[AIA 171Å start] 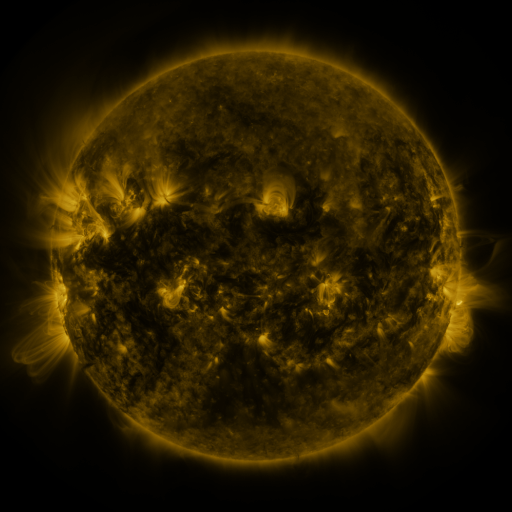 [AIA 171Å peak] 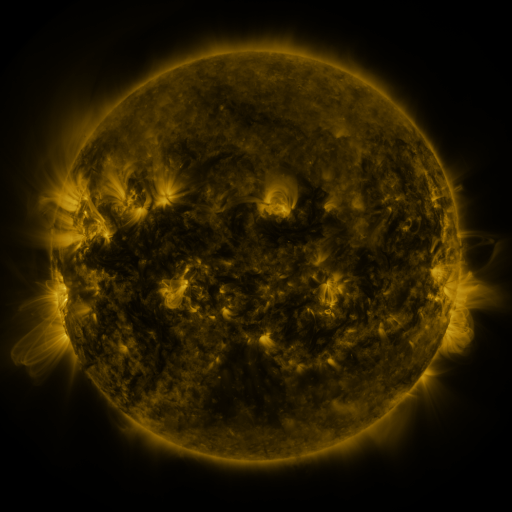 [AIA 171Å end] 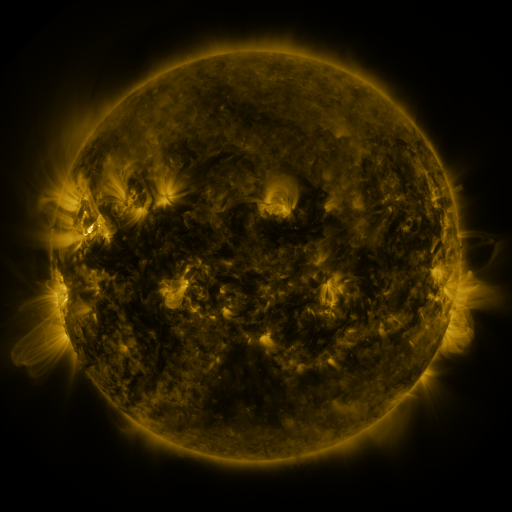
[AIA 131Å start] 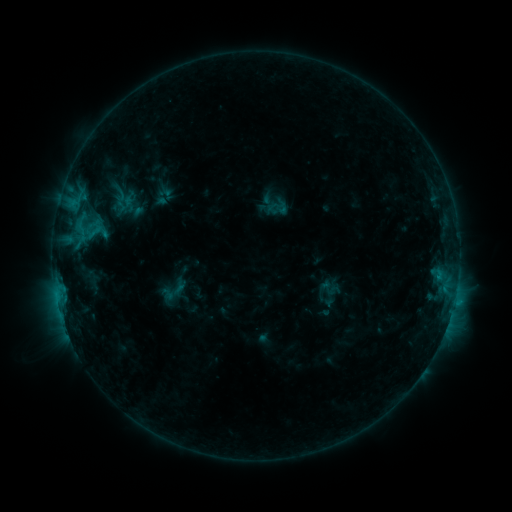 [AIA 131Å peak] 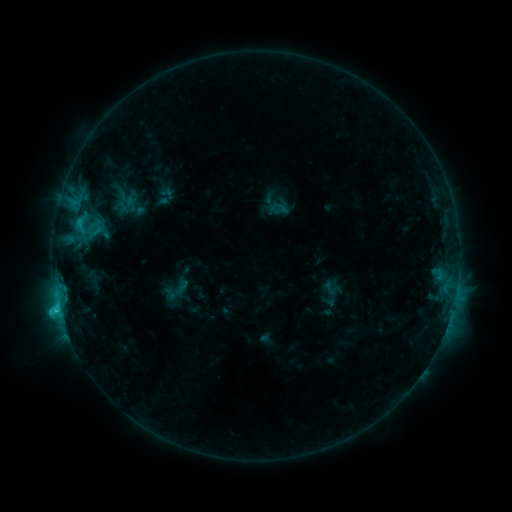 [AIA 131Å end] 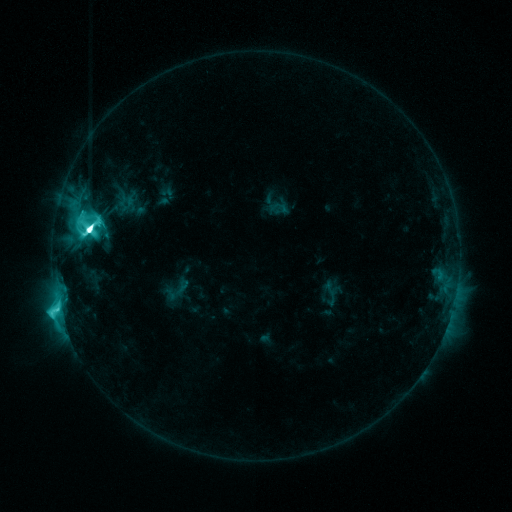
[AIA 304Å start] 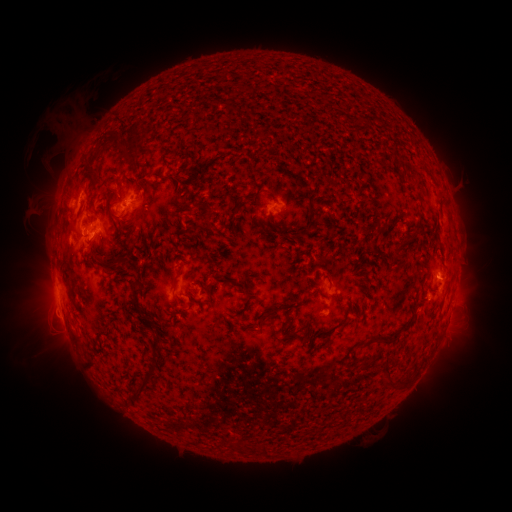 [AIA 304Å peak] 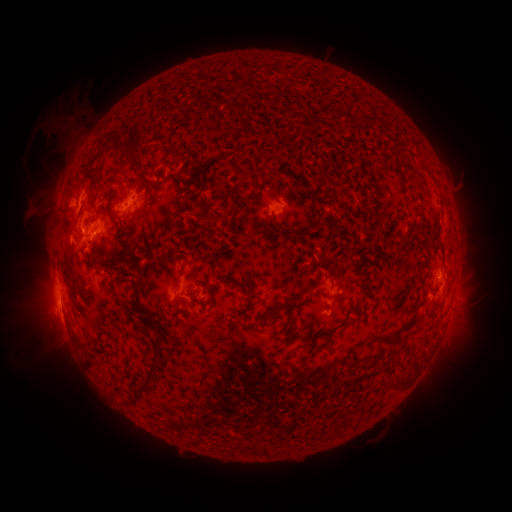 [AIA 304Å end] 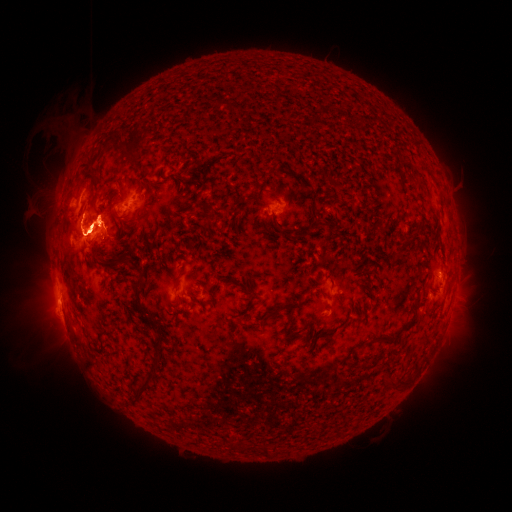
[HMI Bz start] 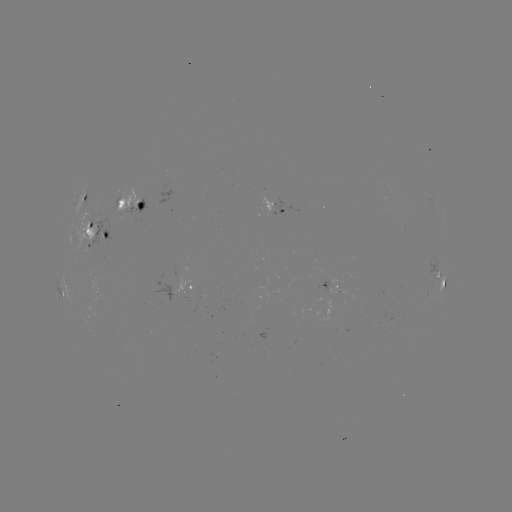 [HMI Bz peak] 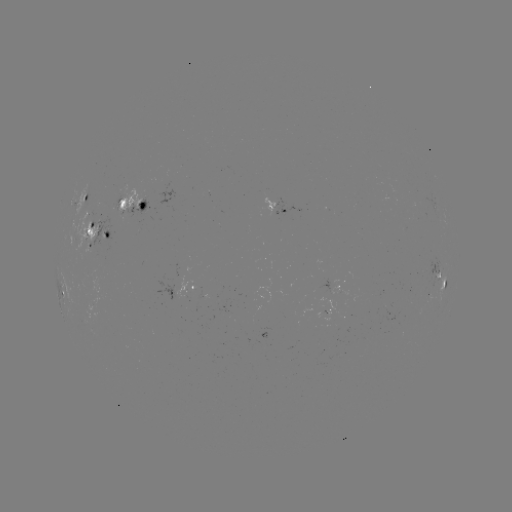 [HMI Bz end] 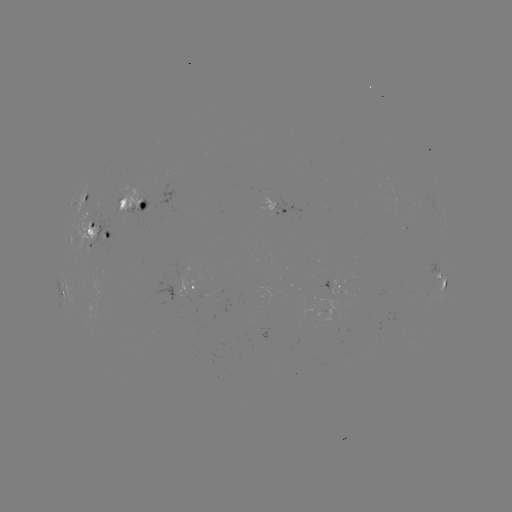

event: emerging-flux region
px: (89, 239)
